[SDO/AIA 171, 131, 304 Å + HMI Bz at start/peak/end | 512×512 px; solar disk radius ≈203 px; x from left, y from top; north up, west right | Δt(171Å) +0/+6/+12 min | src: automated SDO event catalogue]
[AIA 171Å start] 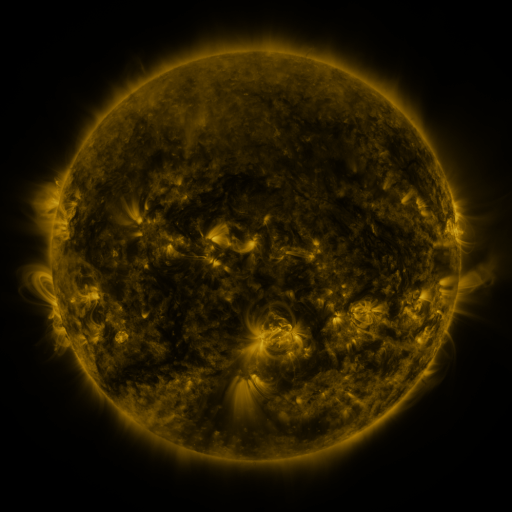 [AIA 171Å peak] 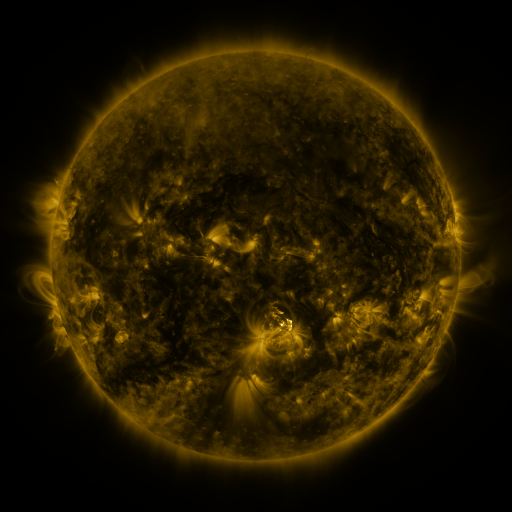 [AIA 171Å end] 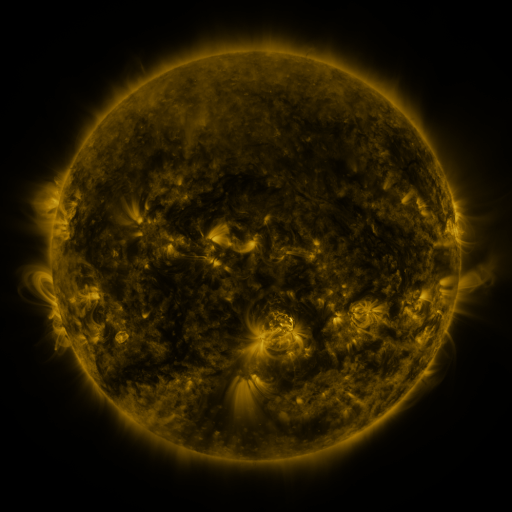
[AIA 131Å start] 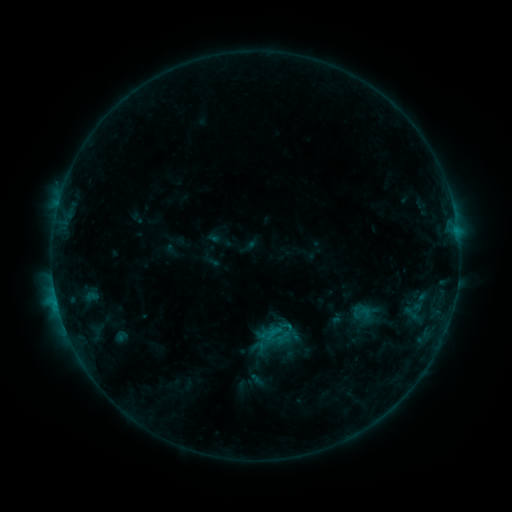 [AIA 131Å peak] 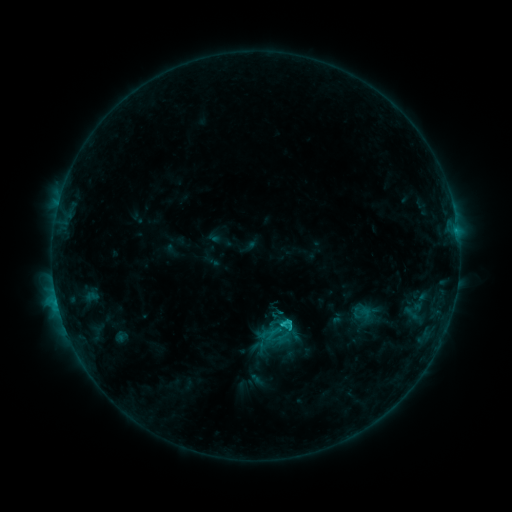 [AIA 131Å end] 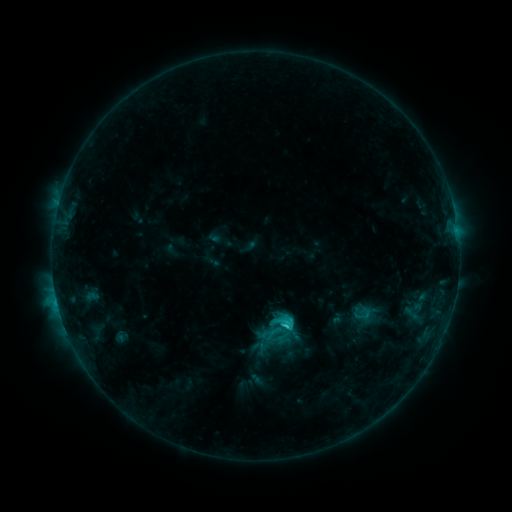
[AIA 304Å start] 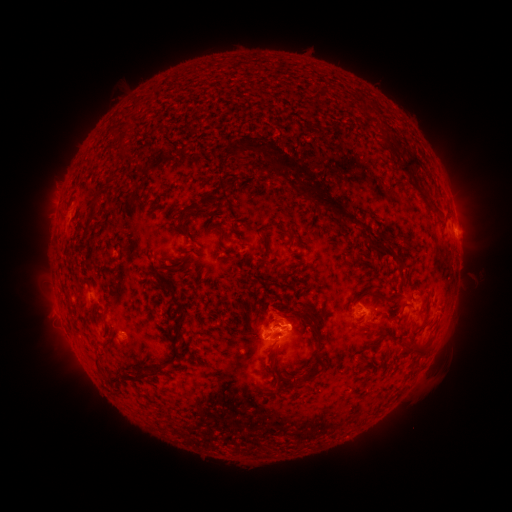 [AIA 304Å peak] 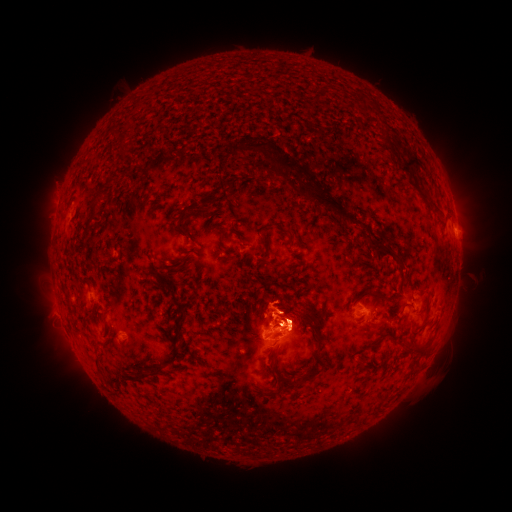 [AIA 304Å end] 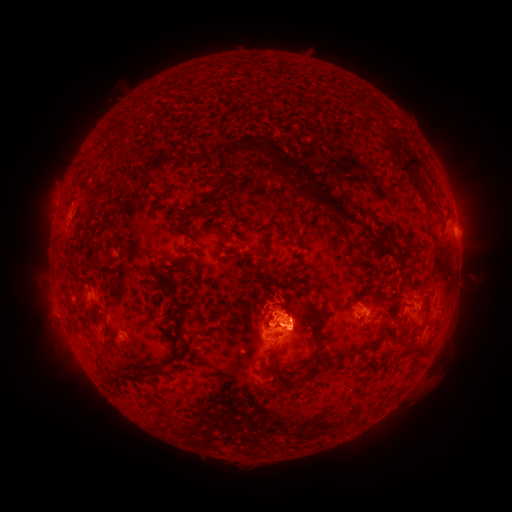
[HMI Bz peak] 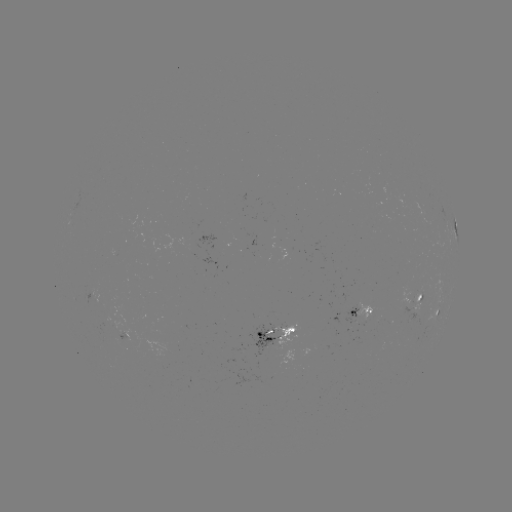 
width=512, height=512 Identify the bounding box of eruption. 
[228, 277, 333, 372].